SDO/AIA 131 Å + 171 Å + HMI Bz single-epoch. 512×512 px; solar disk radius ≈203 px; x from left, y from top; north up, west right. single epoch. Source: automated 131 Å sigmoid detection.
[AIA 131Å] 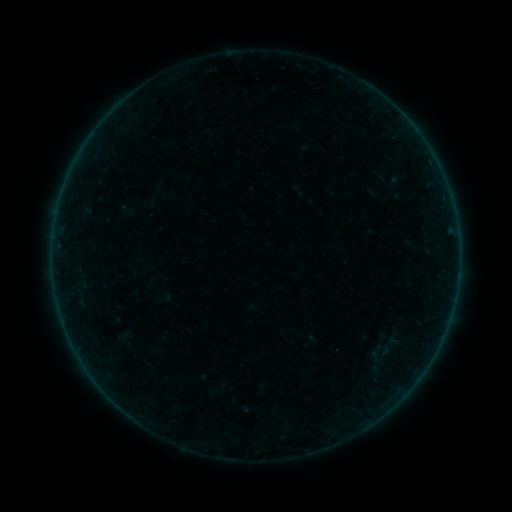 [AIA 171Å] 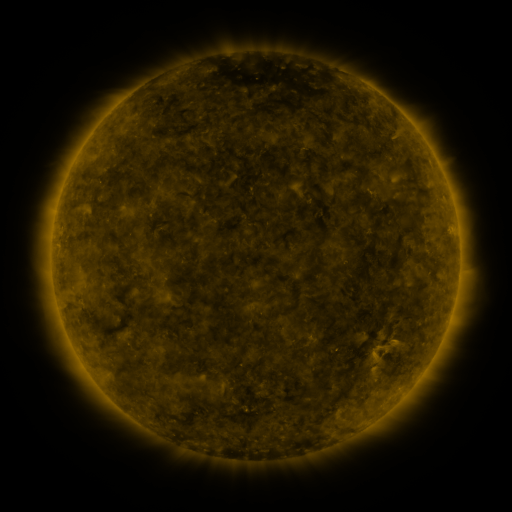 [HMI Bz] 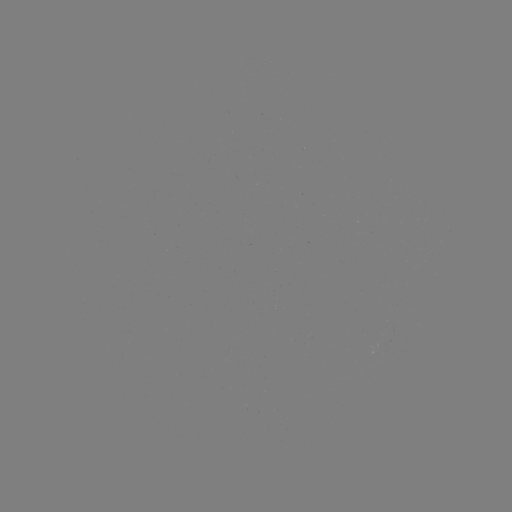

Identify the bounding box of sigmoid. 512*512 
[361, 340, 398, 377].